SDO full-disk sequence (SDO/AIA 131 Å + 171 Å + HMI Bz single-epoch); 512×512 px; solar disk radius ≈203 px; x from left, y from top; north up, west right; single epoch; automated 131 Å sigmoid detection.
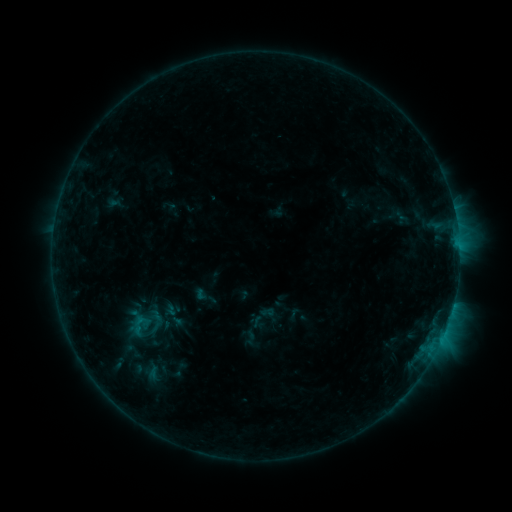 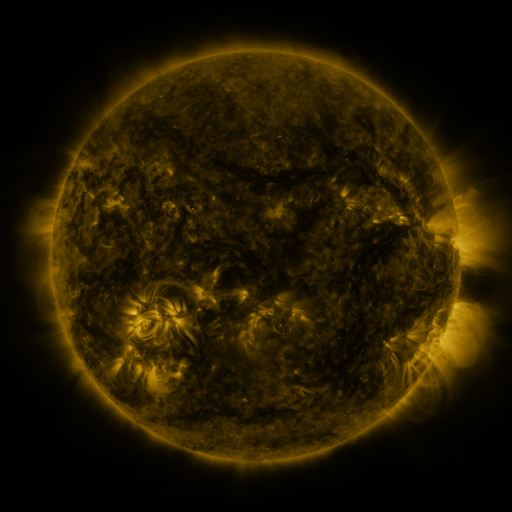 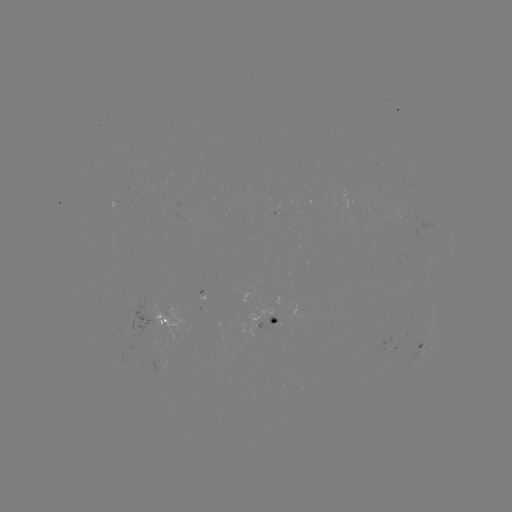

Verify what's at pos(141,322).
sigmoid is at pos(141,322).